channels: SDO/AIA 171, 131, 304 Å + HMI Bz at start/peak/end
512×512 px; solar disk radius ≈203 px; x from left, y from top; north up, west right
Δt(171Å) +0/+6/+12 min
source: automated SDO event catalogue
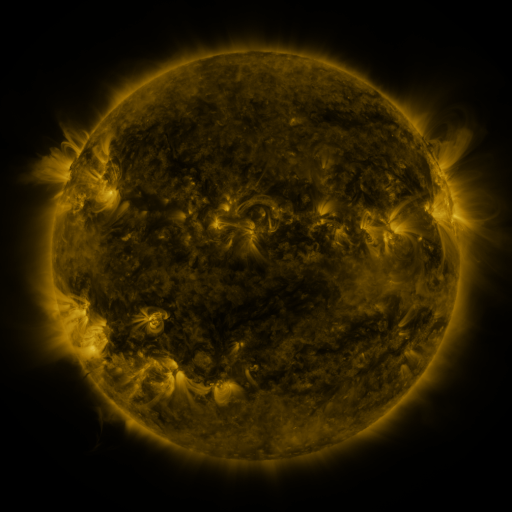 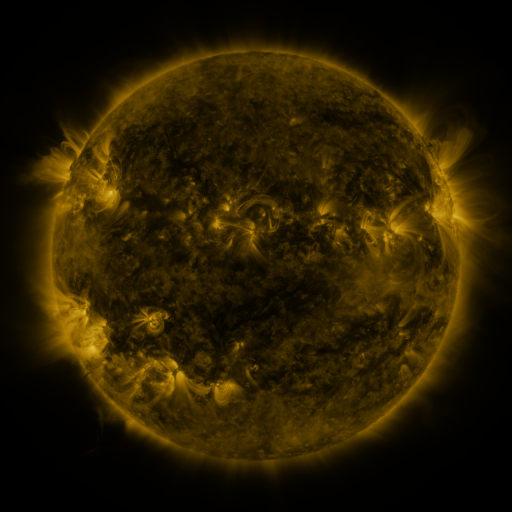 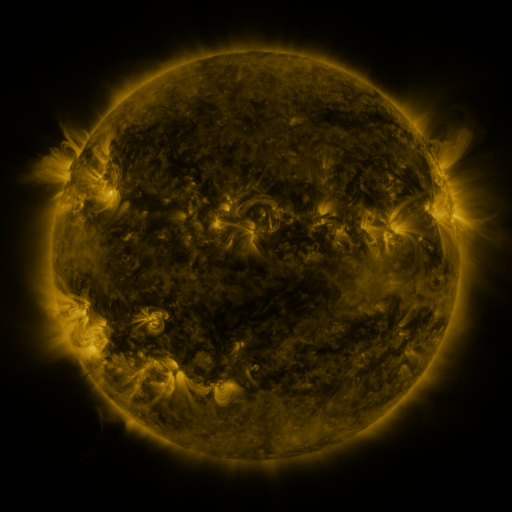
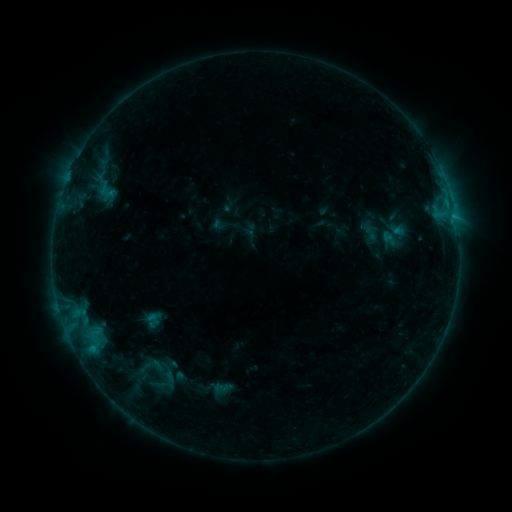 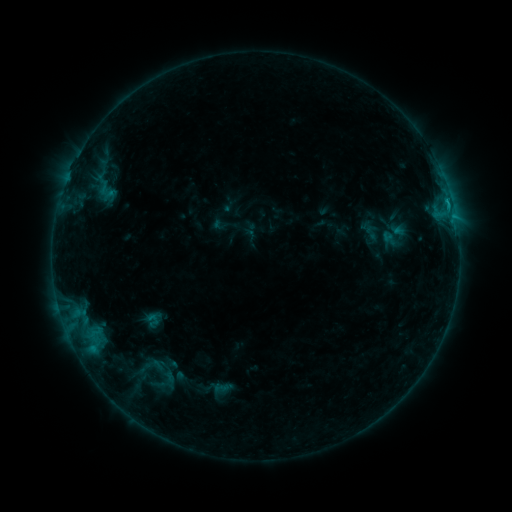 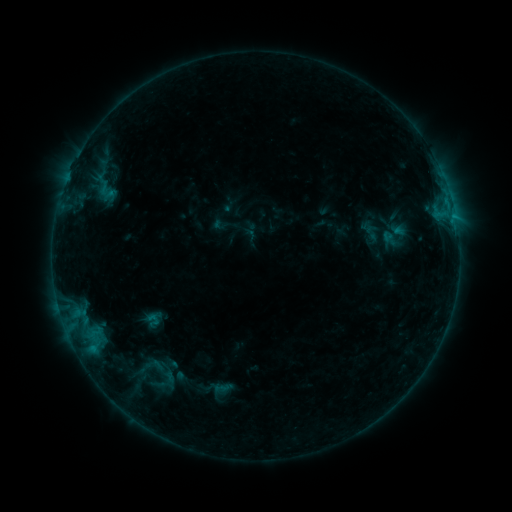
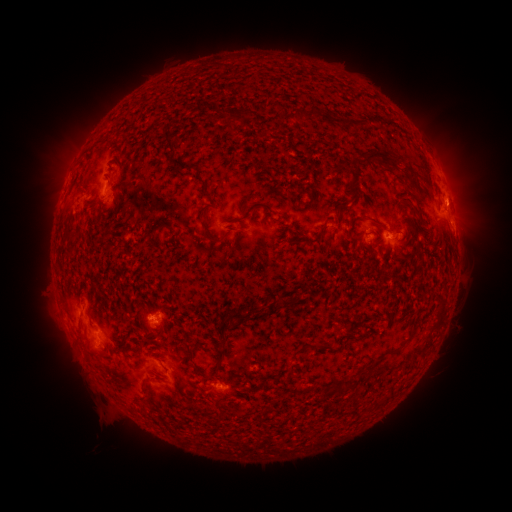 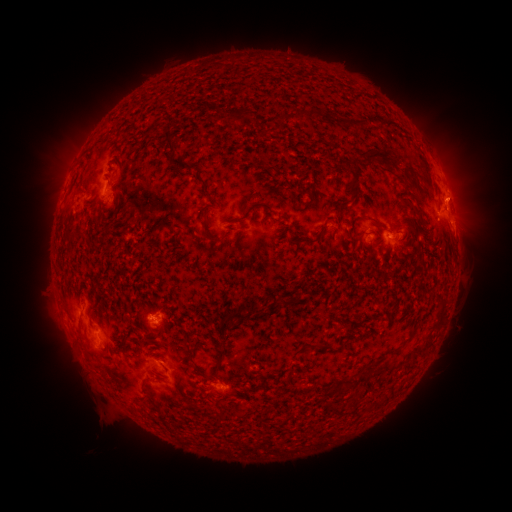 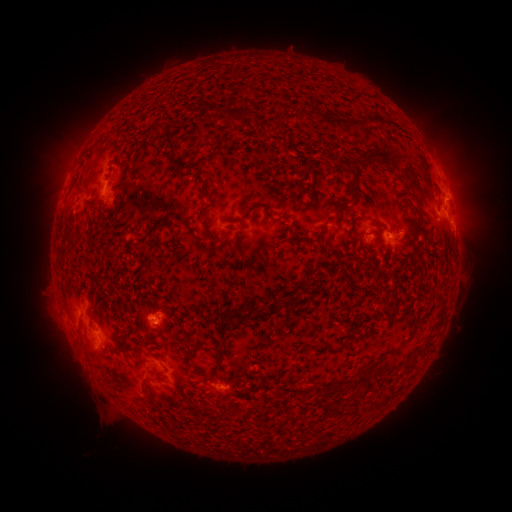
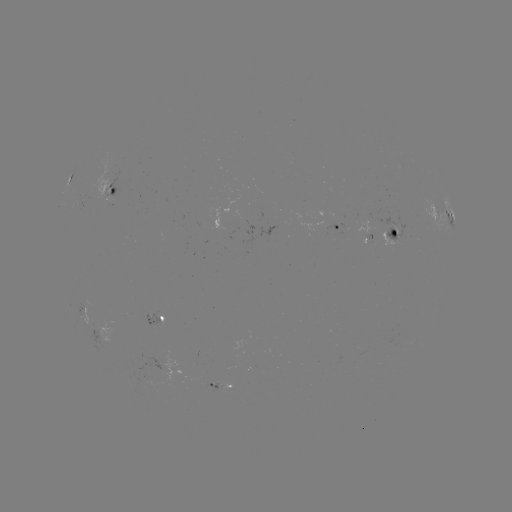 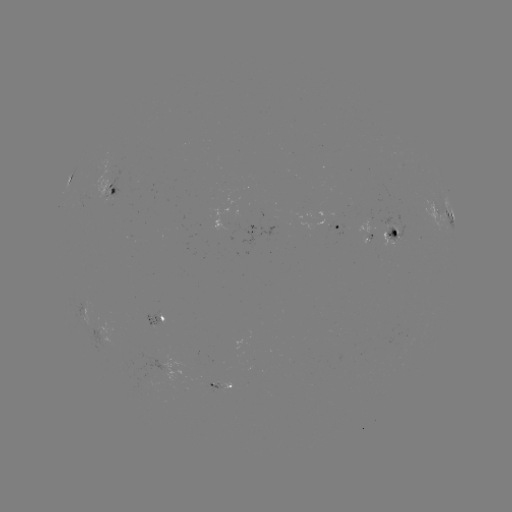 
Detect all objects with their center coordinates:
B6.5 flare: (447, 204)
